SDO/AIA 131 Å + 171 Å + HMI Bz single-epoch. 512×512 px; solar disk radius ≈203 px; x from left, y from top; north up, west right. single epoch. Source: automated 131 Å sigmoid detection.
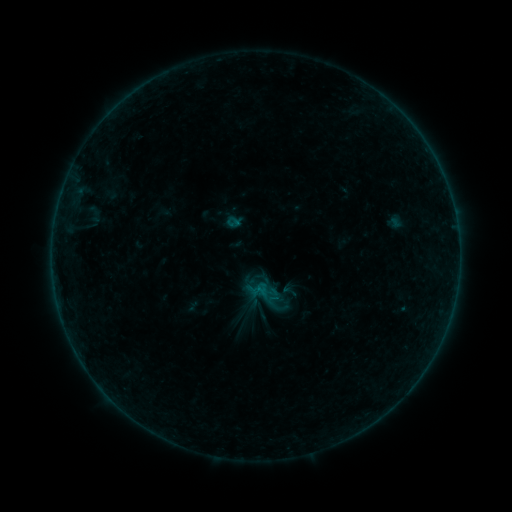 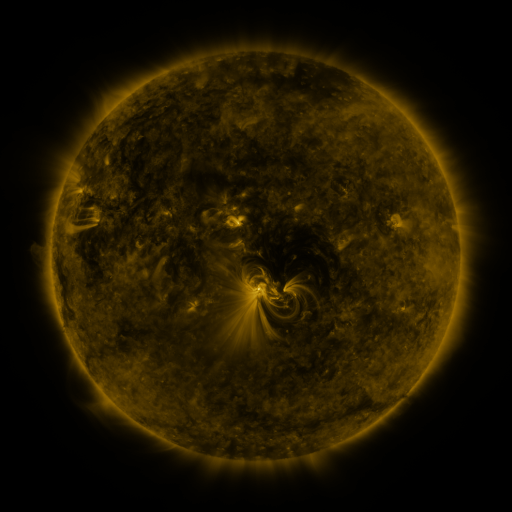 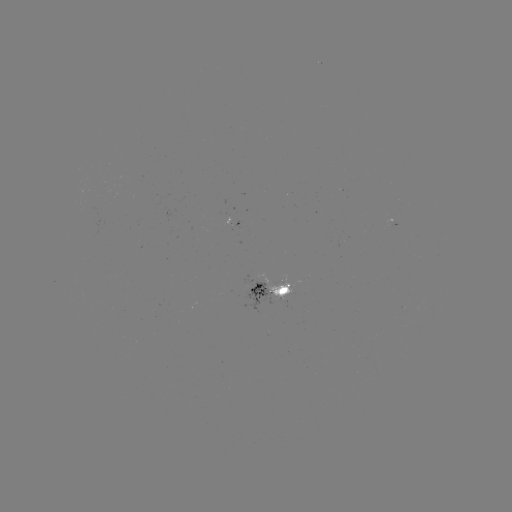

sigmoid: (249, 277, 293, 321)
